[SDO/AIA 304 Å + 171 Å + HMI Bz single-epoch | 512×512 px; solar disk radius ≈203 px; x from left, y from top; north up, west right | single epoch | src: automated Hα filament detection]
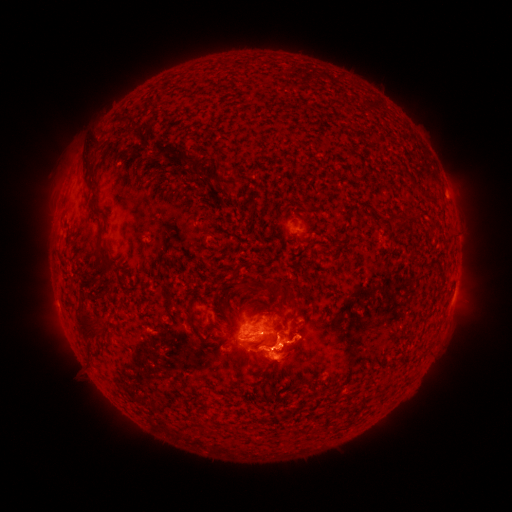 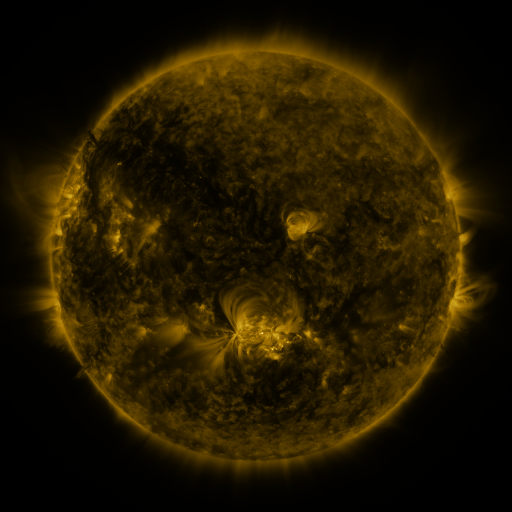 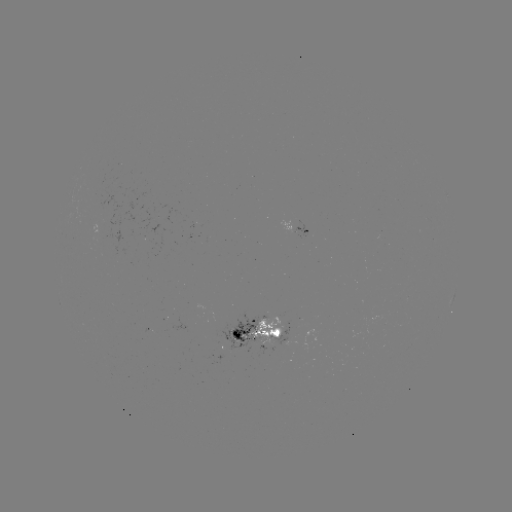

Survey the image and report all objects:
filament: <bbox>80, 141, 99, 187</bbox>
filament: <bbox>152, 144, 171, 161</bbox>
filament: <bbox>173, 153, 199, 173</bbox>
filament: <bbox>256, 161, 267, 167</bbox>
filament: <bbox>206, 165, 236, 190</bbox>
filament: <bbox>421, 192, 432, 200</bbox>
filament: <bbox>411, 207, 420, 218</bbox>
filament: <bbox>90, 210, 101, 220</bbox>
filament: <bbox>389, 212, 403, 221</bbox>
filament: <bbox>326, 232, 335, 240</bbox>
filament: <bbox>95, 246, 109, 263</bbox>
filament: <bbox>99, 254, 115, 275</bbox>
filament: <bbox>250, 278, 299, 310</bbox>
filament: <bbox>270, 309, 289, 323</bbox>
filament: <bbox>74, 311, 104, 344</bbox>
filament: <bbox>252, 315, 264, 326</bbox>
filament: <bbox>196, 326, 206, 337</bbox>
filament: <bbox>207, 327, 217, 337</bbox>
filament: <bbox>246, 332, 286, 349</bbox>
filament: <bbox>263, 368, 268, 379</bbox>
